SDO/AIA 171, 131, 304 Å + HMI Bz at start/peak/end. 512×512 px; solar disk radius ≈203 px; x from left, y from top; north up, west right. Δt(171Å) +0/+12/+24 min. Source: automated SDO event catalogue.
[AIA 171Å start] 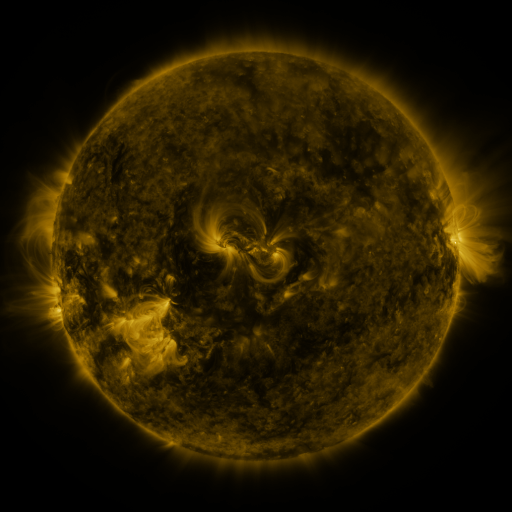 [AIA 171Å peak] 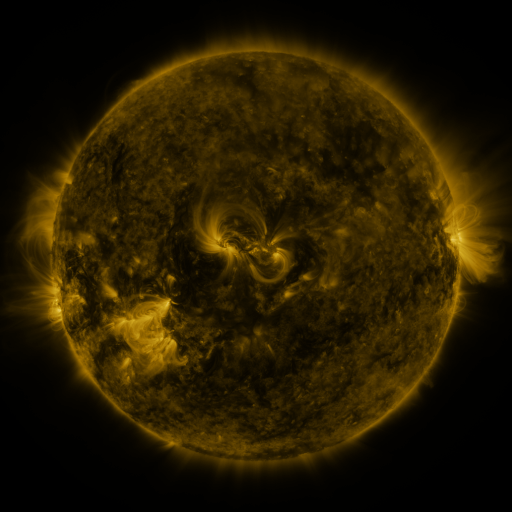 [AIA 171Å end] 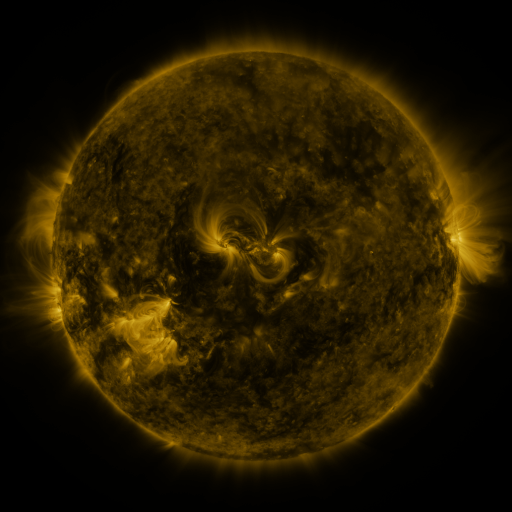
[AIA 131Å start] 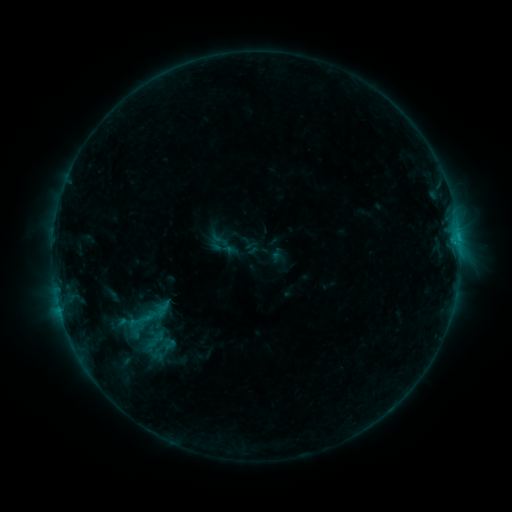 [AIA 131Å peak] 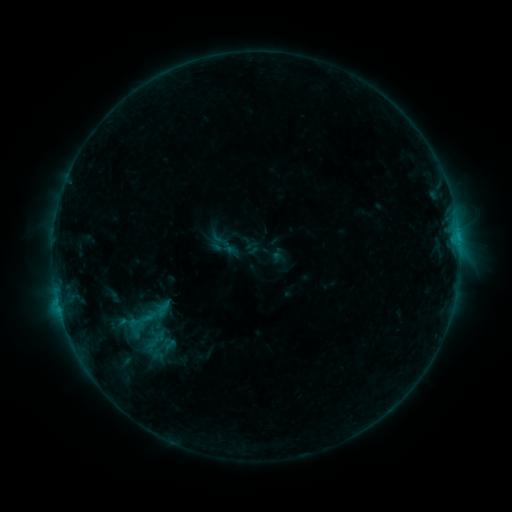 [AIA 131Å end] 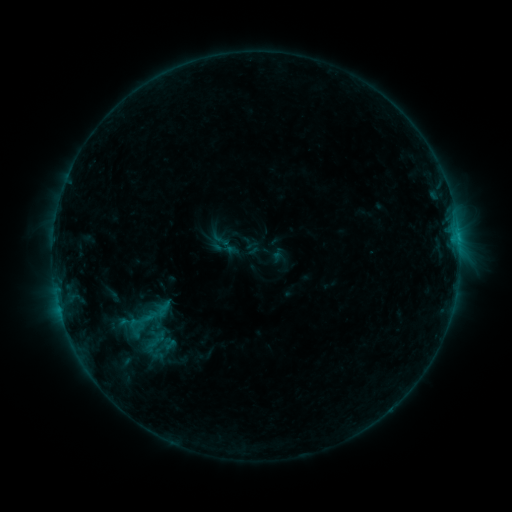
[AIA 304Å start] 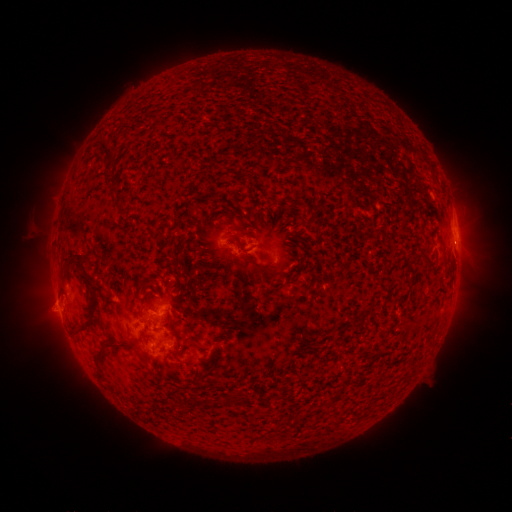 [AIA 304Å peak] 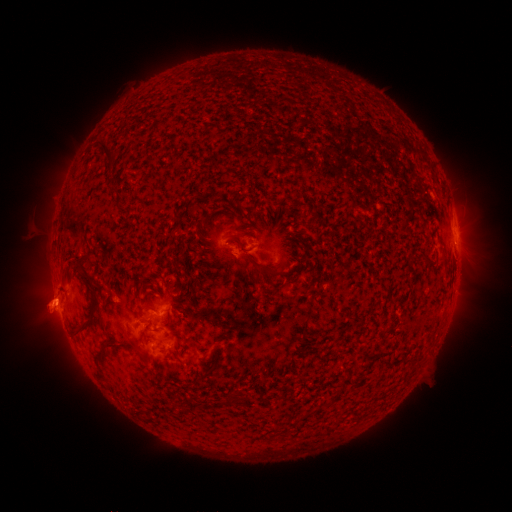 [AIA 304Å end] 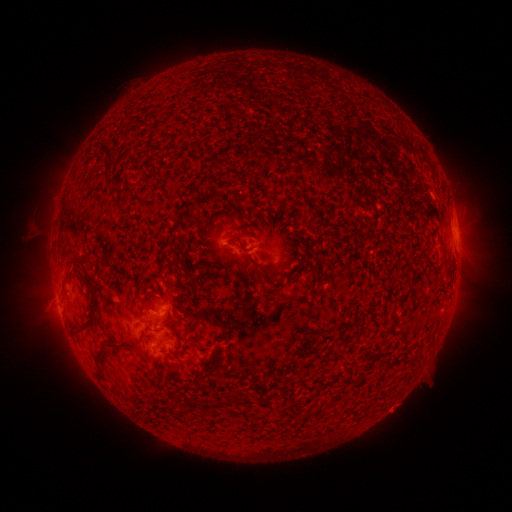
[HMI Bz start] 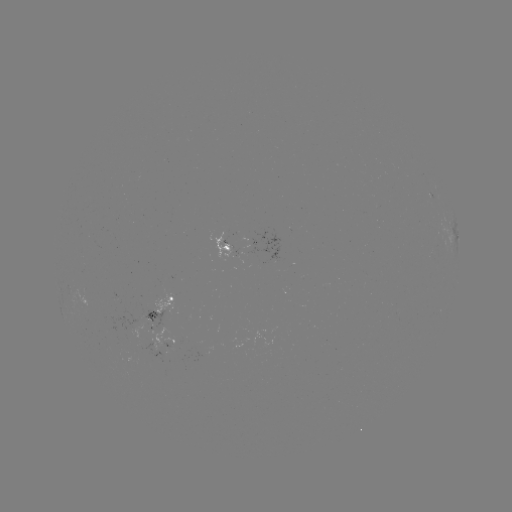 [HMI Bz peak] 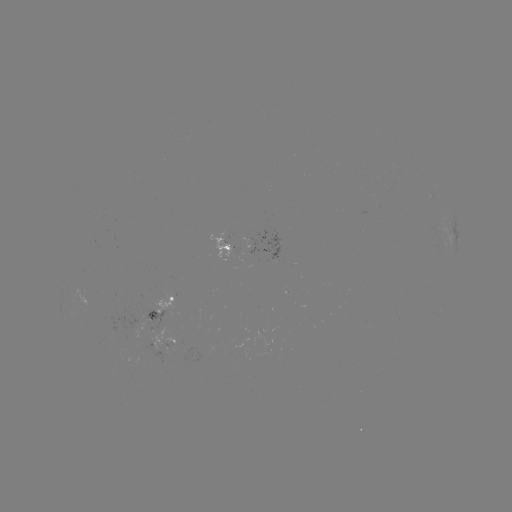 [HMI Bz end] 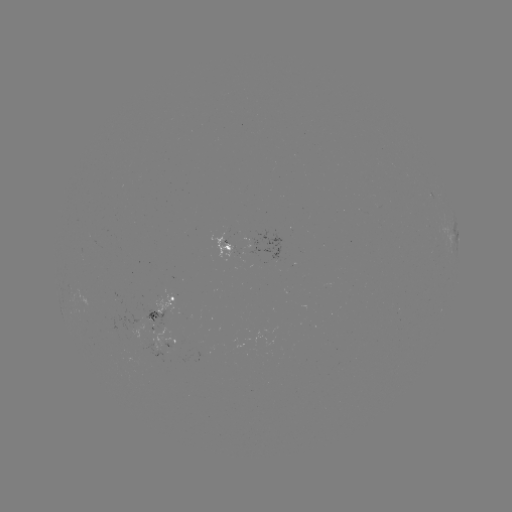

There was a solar eruption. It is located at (51, 299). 